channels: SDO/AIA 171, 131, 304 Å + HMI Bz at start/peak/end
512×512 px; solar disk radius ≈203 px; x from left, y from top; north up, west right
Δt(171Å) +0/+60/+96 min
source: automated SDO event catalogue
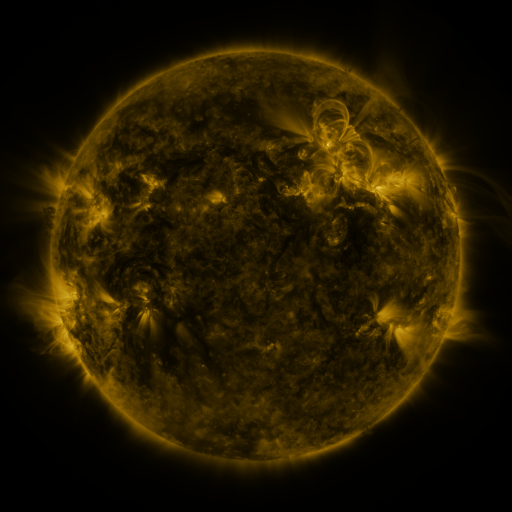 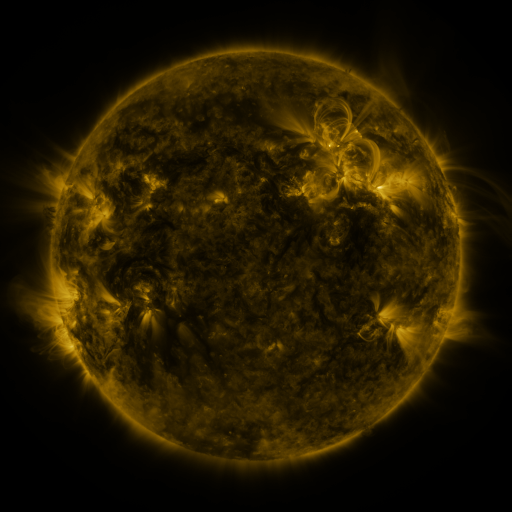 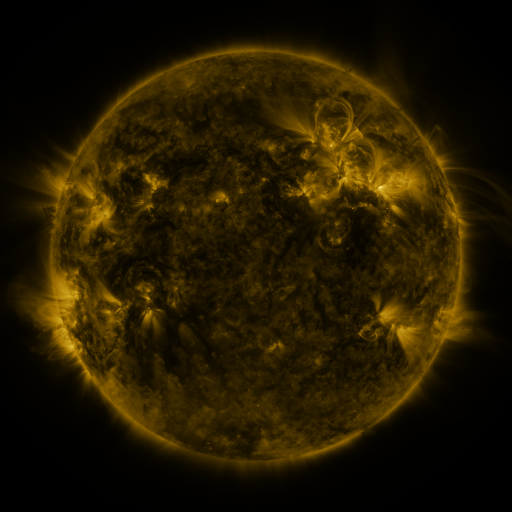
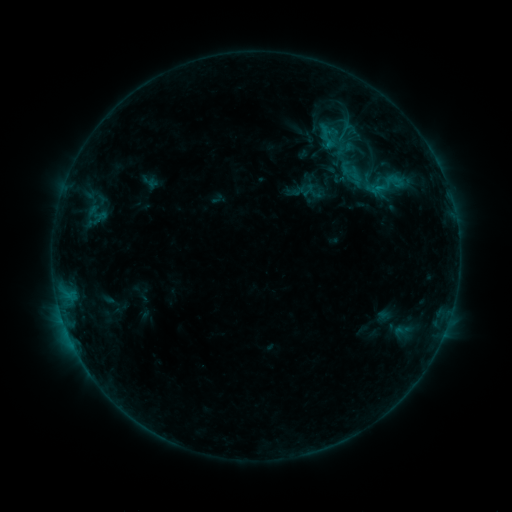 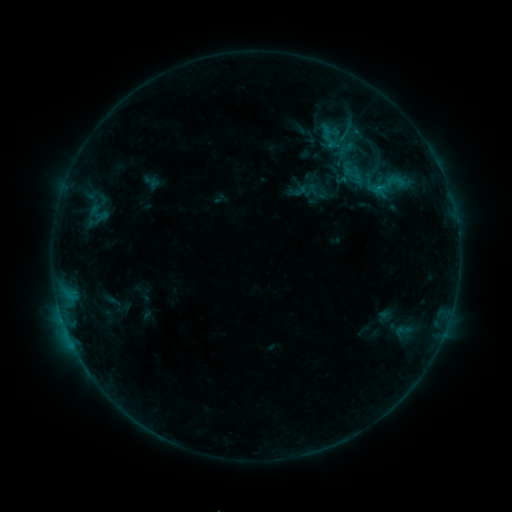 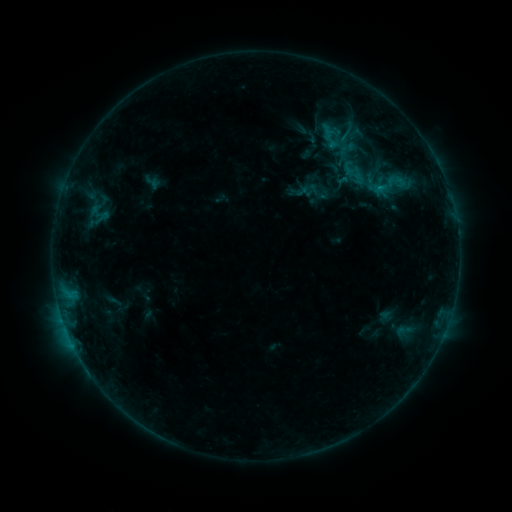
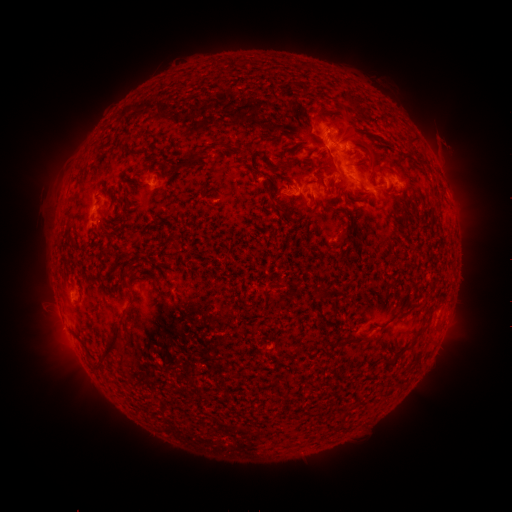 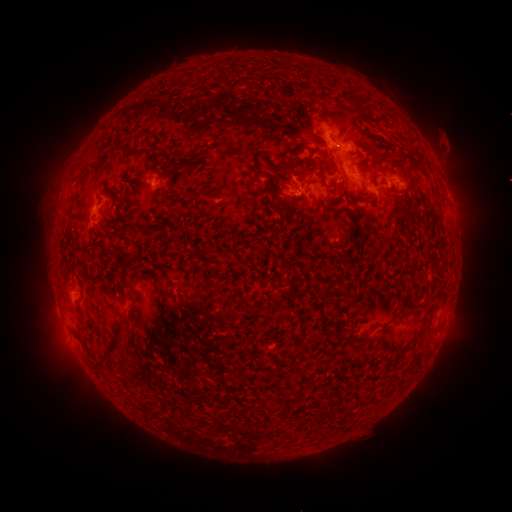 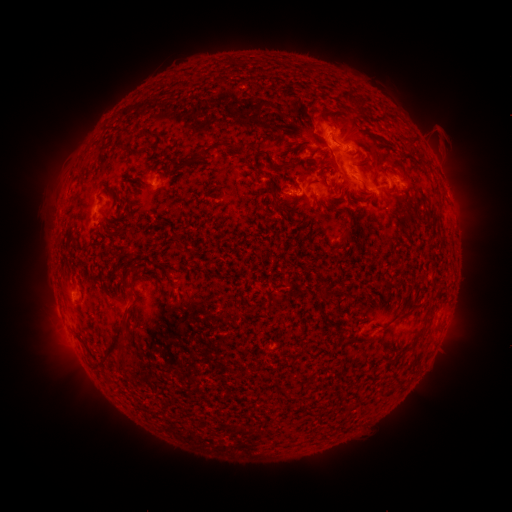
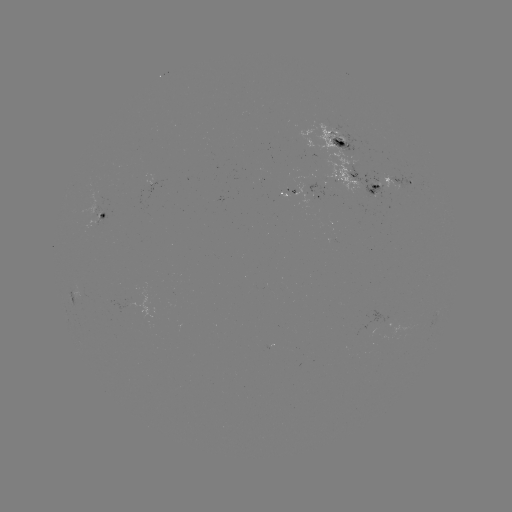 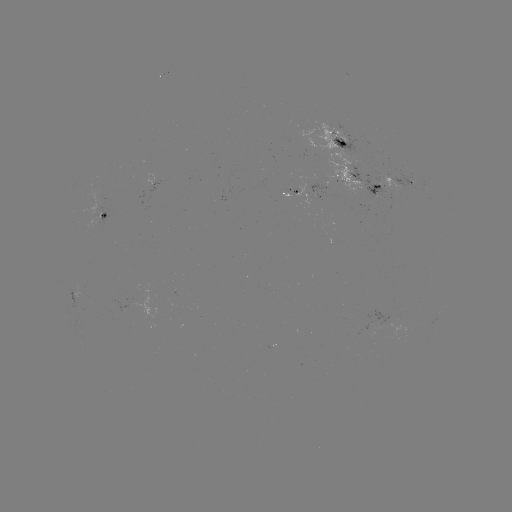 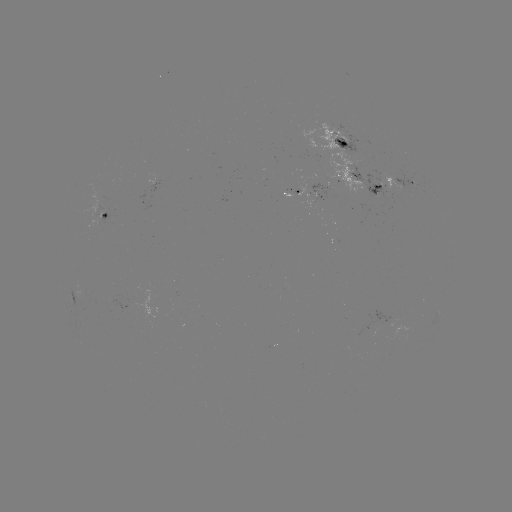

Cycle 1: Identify emerging-flux region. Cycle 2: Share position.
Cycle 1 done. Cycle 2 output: (415, 184).